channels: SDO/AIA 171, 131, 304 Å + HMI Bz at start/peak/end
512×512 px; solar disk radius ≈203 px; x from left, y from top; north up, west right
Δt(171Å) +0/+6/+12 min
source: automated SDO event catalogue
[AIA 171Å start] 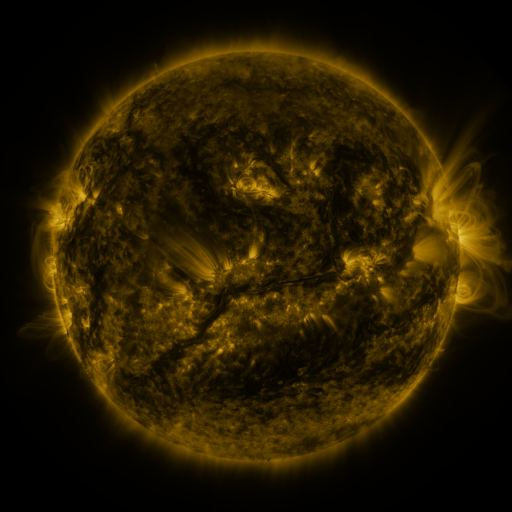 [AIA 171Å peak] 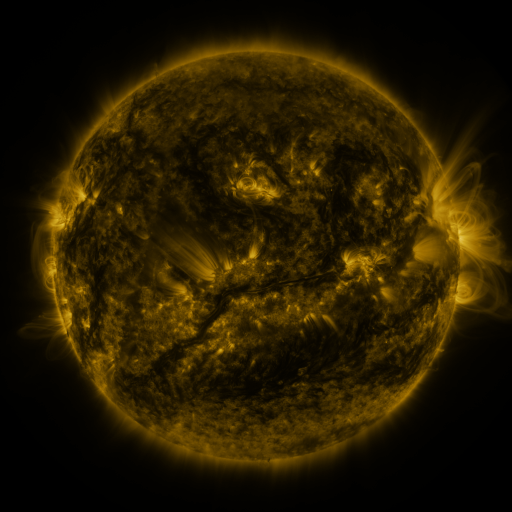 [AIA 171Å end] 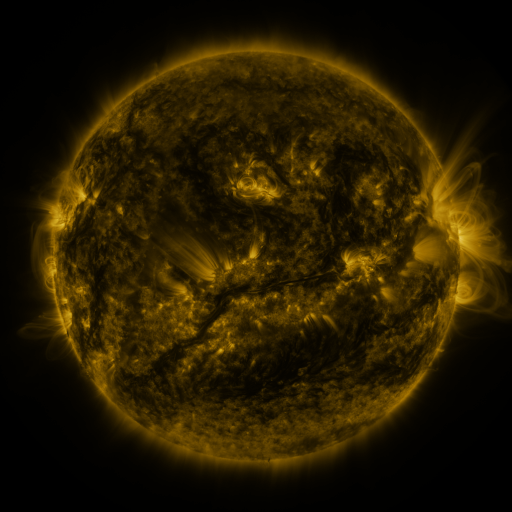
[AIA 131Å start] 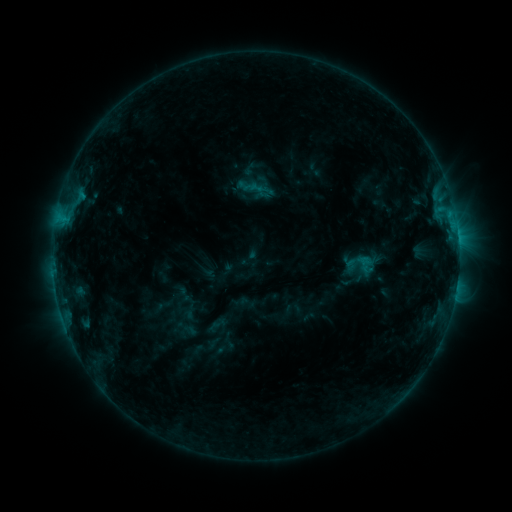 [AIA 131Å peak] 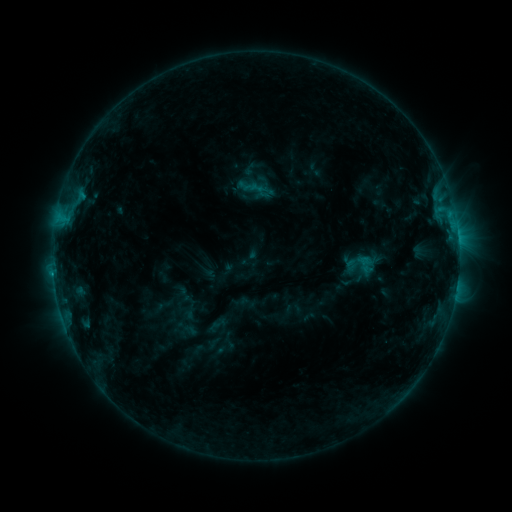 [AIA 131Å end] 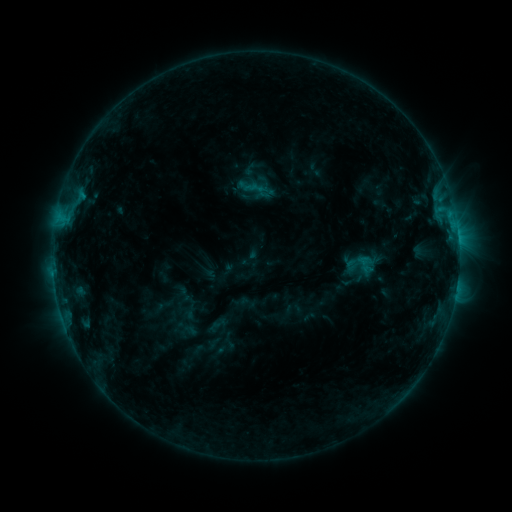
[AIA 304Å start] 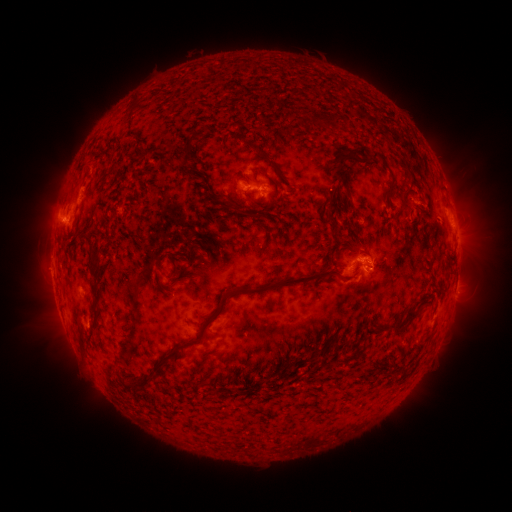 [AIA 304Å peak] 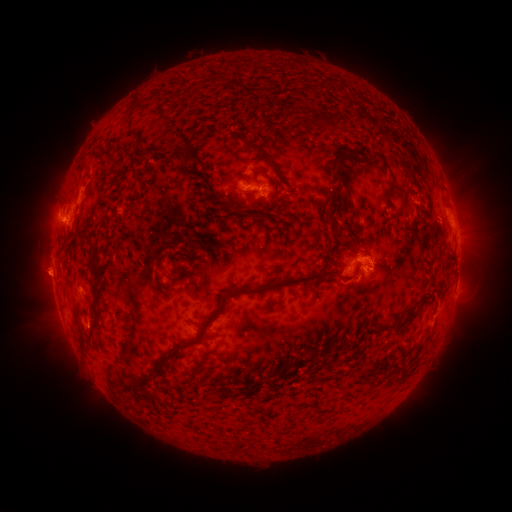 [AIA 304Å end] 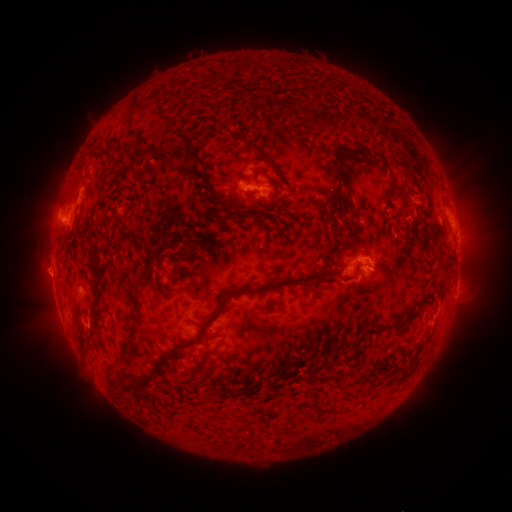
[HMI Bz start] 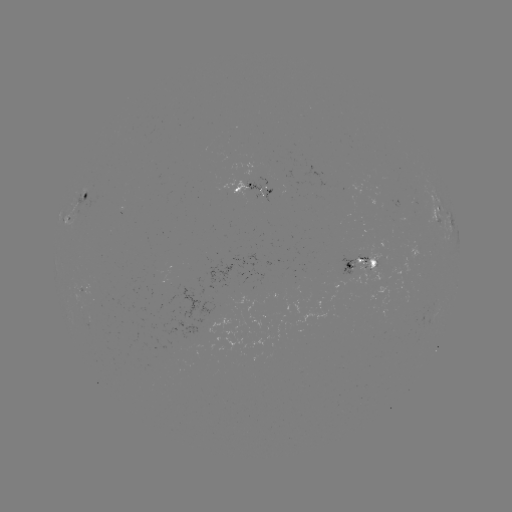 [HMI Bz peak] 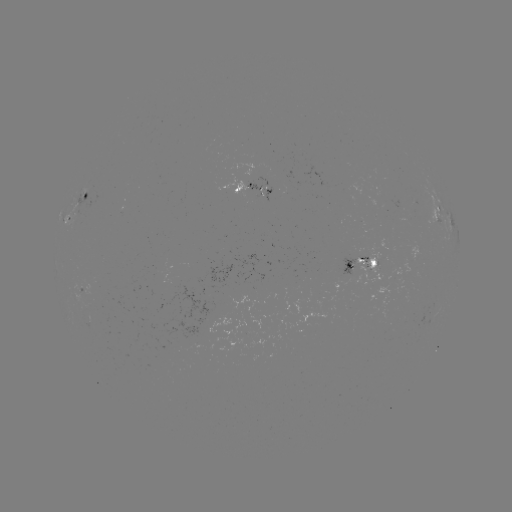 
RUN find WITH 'eruption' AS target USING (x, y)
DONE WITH (46, 274) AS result